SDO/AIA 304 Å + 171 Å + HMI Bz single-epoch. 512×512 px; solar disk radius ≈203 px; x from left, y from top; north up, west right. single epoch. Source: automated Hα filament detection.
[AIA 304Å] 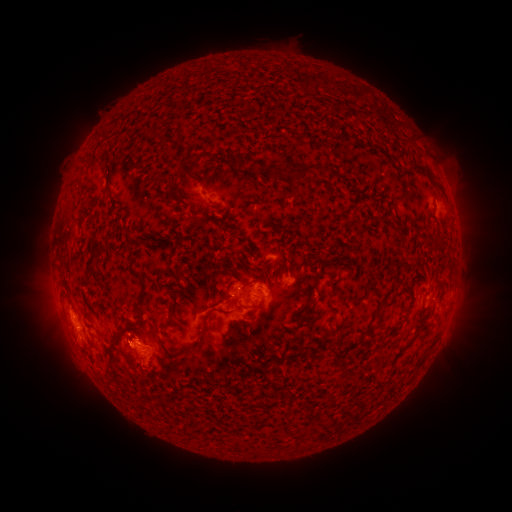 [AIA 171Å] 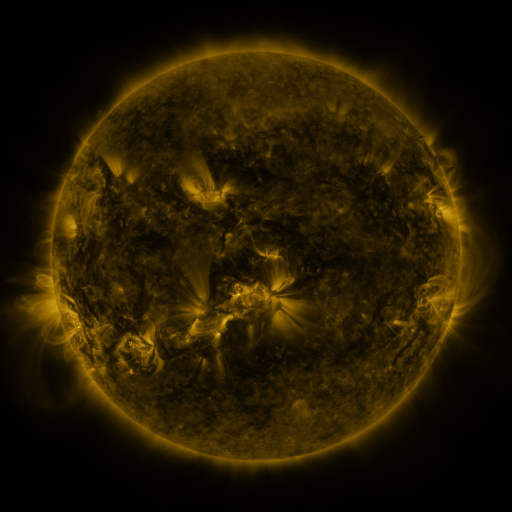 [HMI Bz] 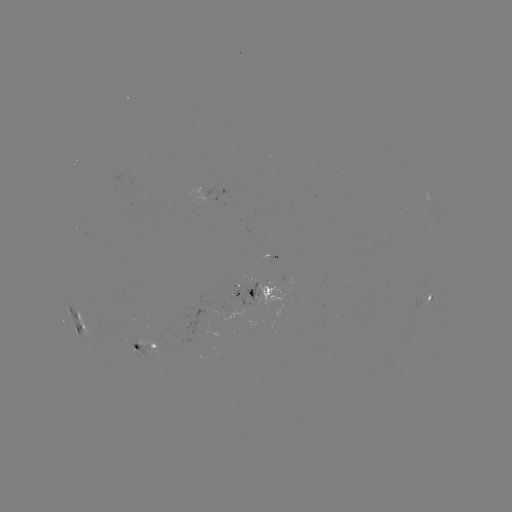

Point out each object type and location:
filament: <bbox>159, 135, 175, 146</bbox>
filament: <bbox>226, 151, 236, 162</bbox>
filament: <bbox>249, 159, 261, 170</bbox>
filament: <bbox>291, 163, 317, 182</bbox>
filament: <bbox>419, 166, 433, 176</bbox>
filament: <bbox>190, 215, 199, 226</bbox>
filament: <bbox>353, 294, 367, 303</bbox>
filament: <bbox>380, 300, 393, 308</bbox>
filament: <bbox>249, 303, 259, 310</bbox>
filament: <bbox>393, 331, 419, 360</bbox>
filament: <bbox>337, 377, 347, 389</bbox>
